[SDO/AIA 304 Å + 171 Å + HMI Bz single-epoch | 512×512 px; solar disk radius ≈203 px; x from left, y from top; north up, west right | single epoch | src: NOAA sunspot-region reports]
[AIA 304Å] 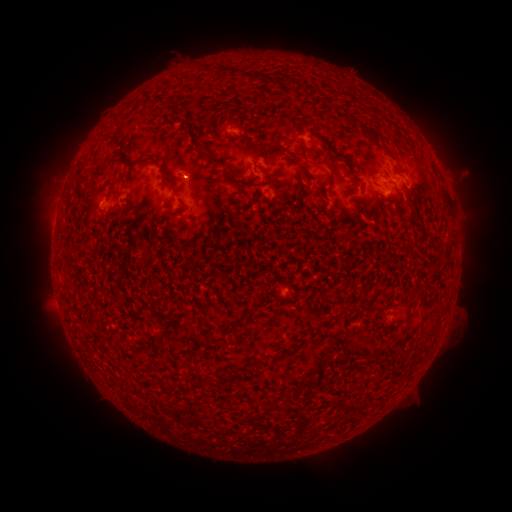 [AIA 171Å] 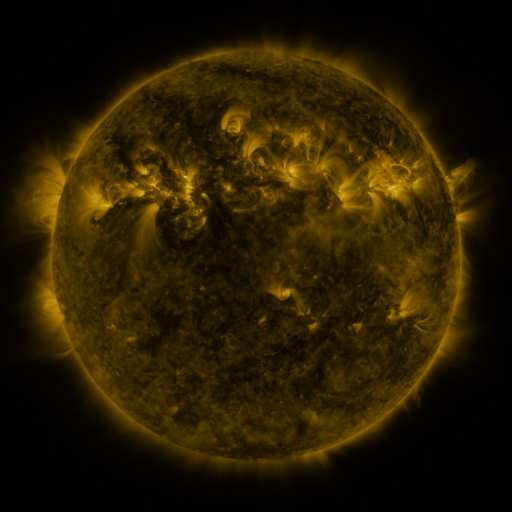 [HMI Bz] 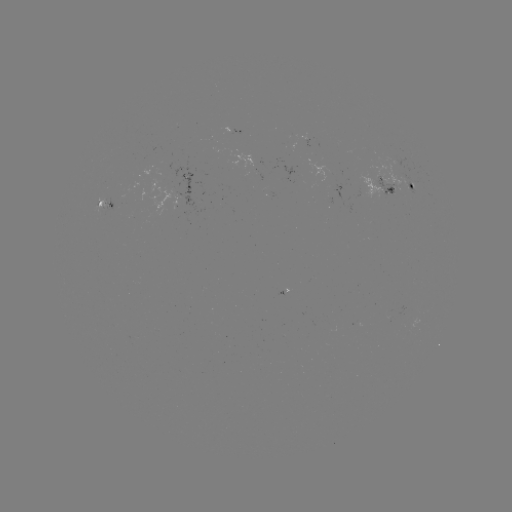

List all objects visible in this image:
spotted active region: (232, 129)
spotted active region: (414, 186)
spotted active region: (383, 187)
spotted active region: (106, 202)
